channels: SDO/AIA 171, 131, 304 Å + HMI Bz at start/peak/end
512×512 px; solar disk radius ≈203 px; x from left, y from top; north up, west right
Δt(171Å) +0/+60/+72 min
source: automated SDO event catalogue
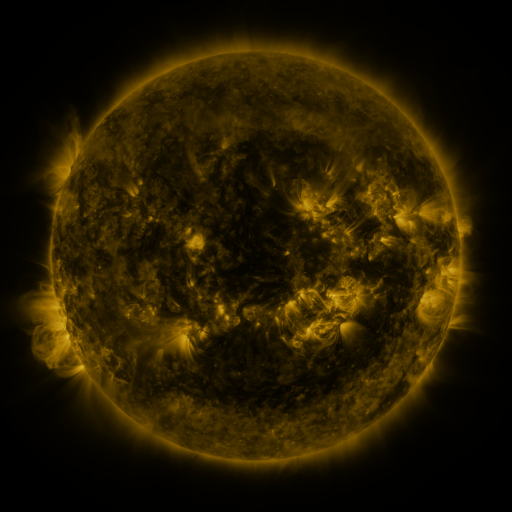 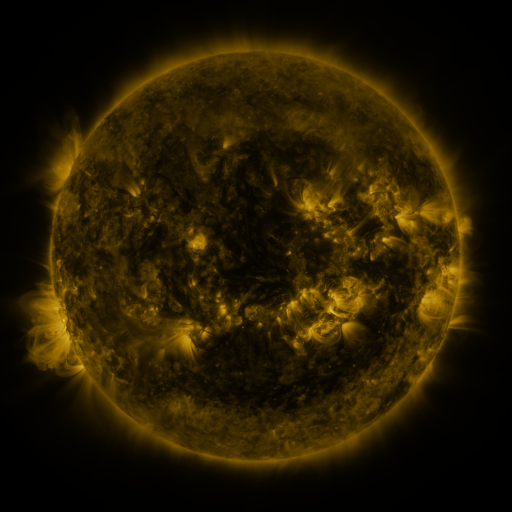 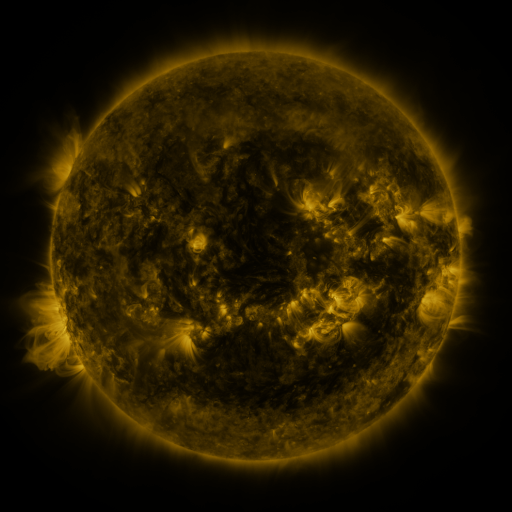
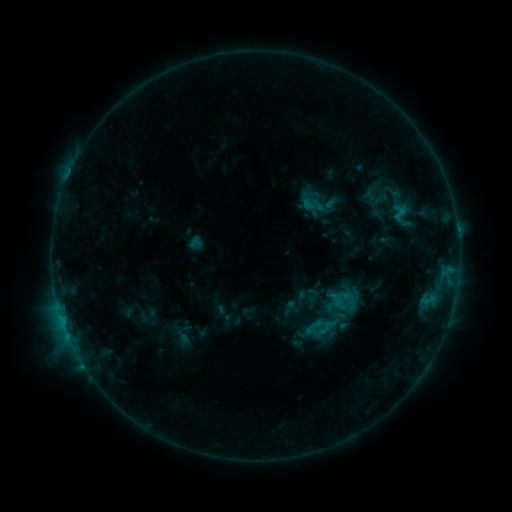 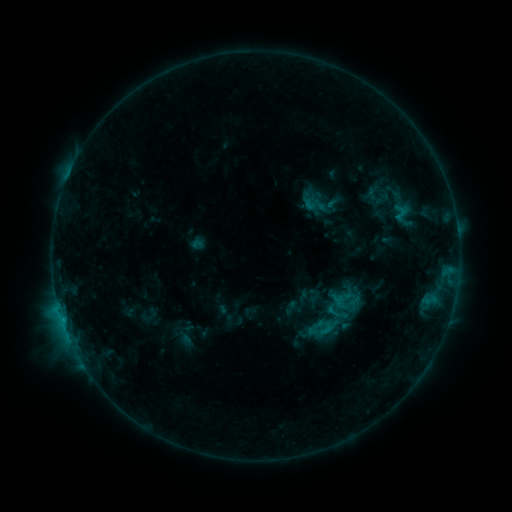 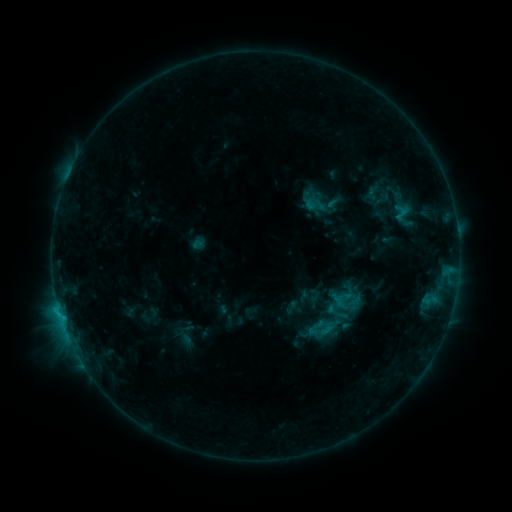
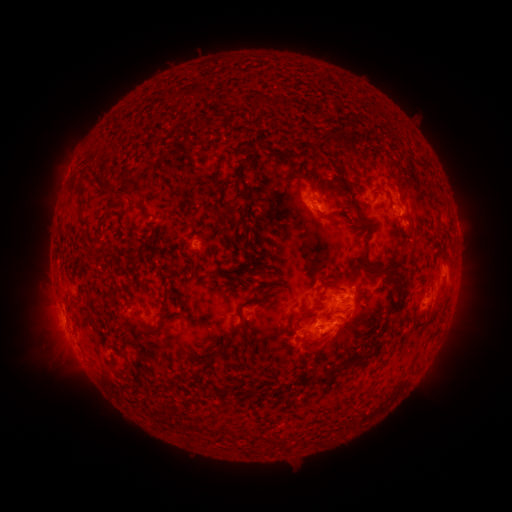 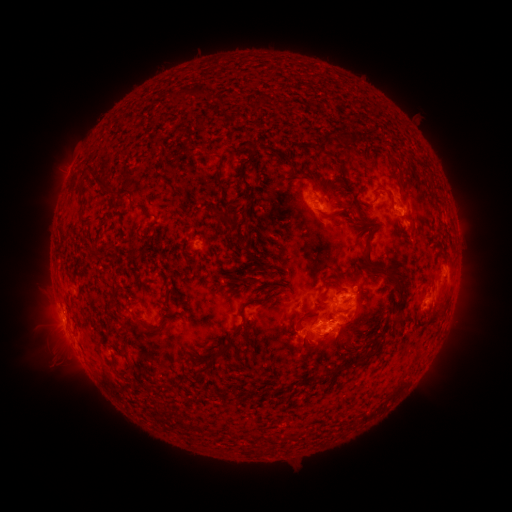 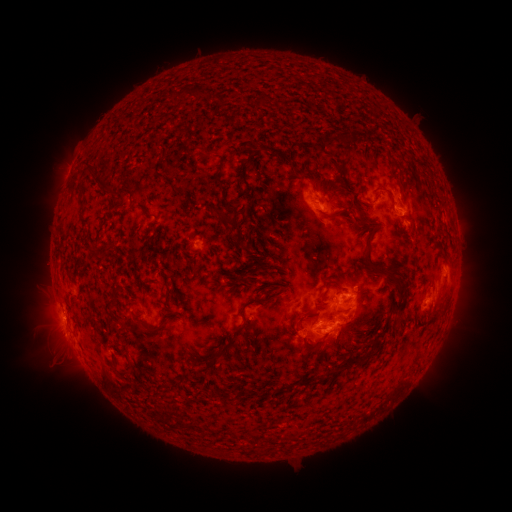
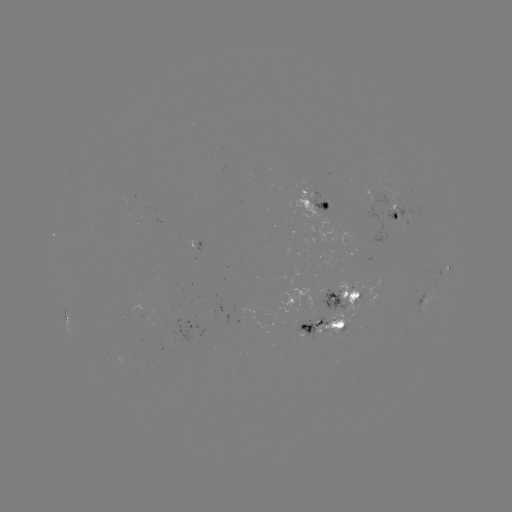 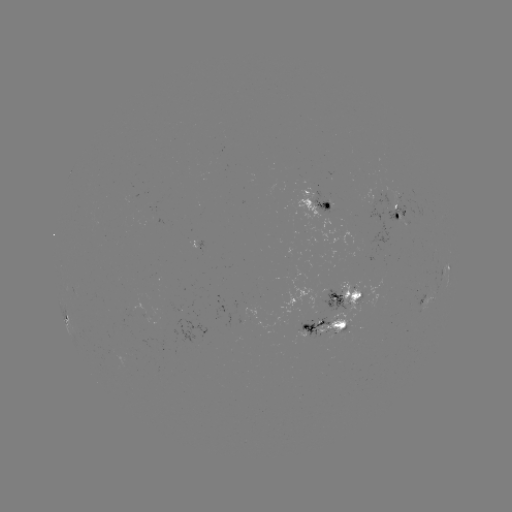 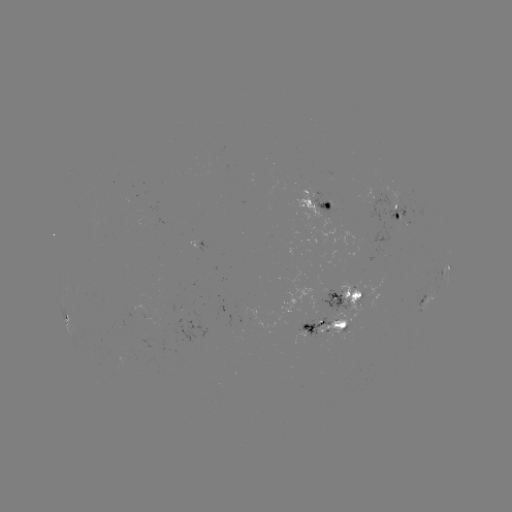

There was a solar emerging-flux region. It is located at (299, 323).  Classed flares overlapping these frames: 1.